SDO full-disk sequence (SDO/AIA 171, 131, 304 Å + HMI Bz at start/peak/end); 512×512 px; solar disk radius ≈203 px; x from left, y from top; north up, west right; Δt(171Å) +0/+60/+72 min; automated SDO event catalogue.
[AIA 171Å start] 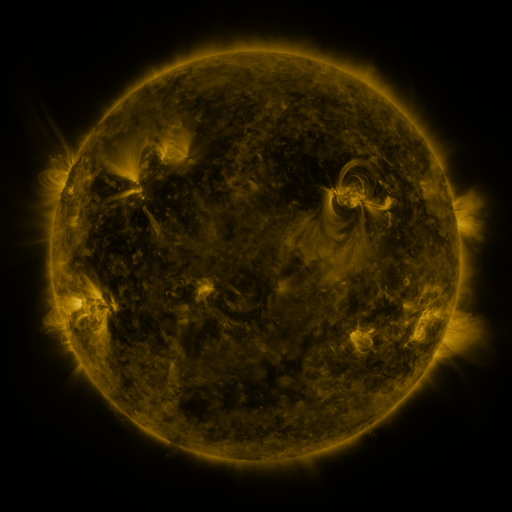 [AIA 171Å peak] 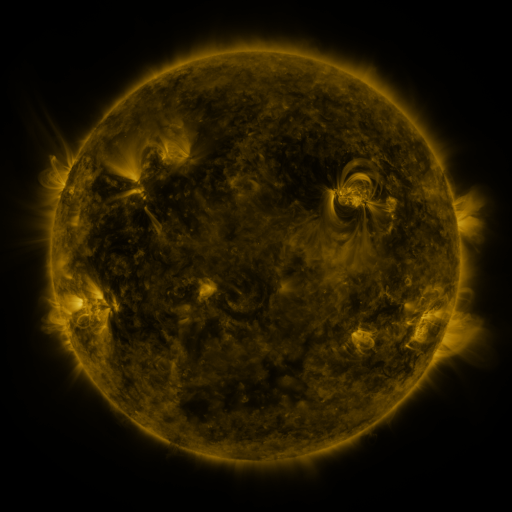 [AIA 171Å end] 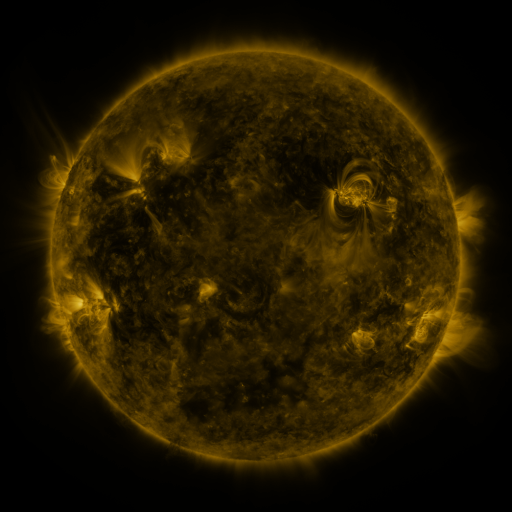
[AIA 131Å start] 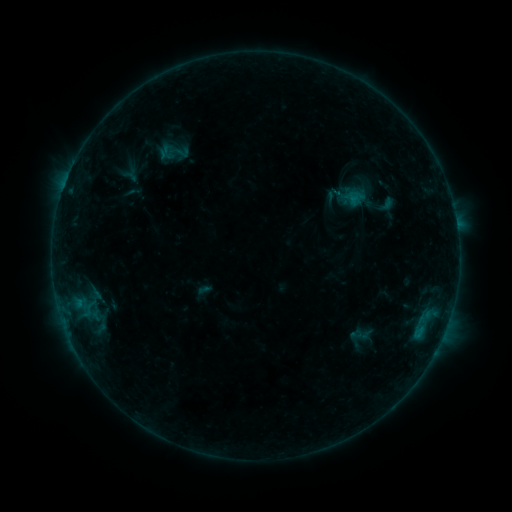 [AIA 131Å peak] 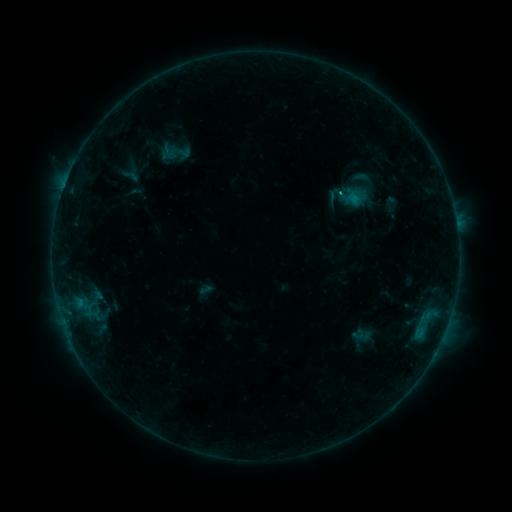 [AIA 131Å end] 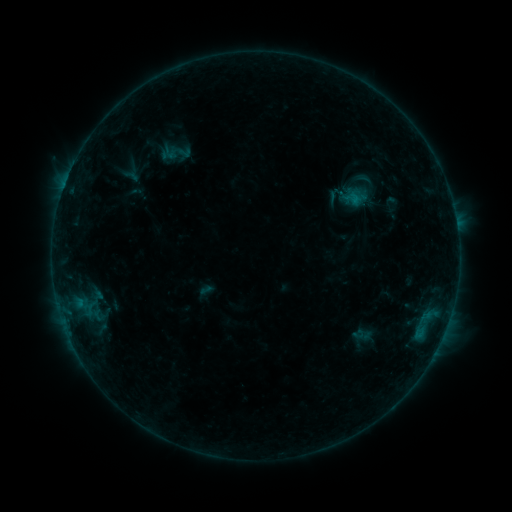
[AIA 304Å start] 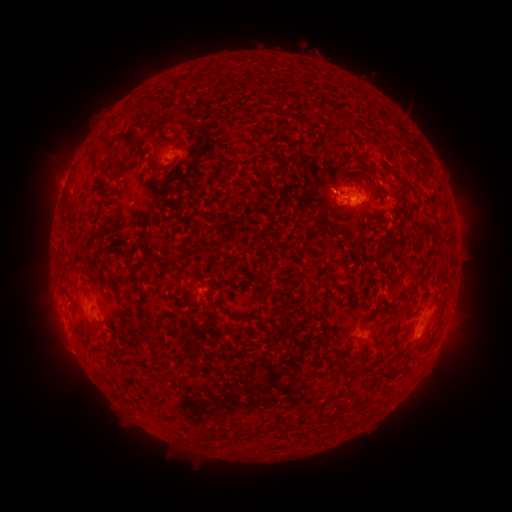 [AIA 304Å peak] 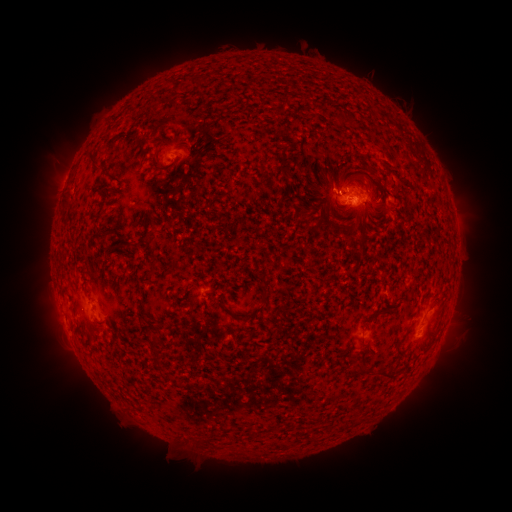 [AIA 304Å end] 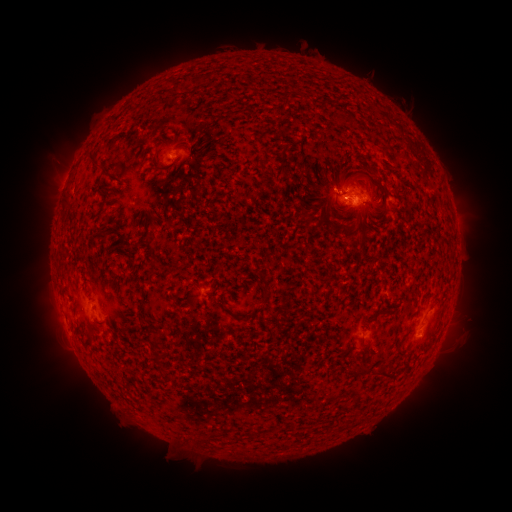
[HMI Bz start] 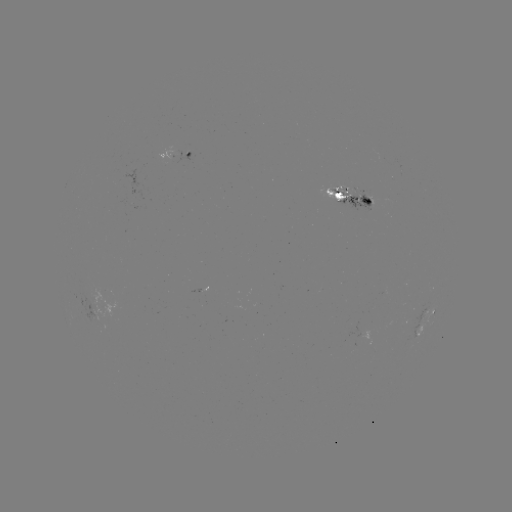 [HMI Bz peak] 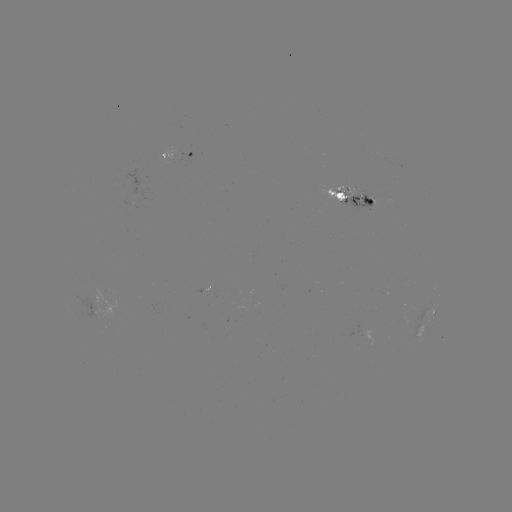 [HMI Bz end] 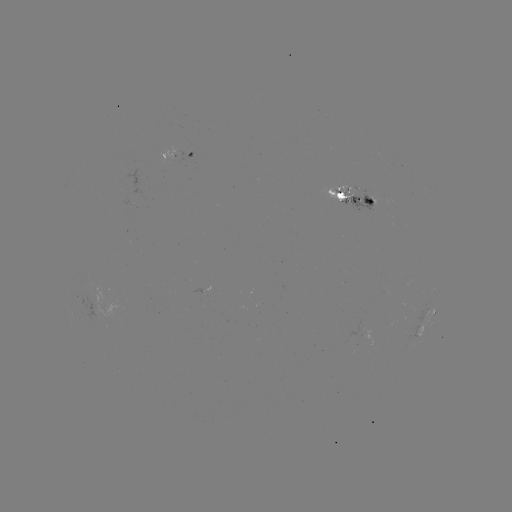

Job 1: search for emerging-flux region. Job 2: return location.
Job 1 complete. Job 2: [369, 200].